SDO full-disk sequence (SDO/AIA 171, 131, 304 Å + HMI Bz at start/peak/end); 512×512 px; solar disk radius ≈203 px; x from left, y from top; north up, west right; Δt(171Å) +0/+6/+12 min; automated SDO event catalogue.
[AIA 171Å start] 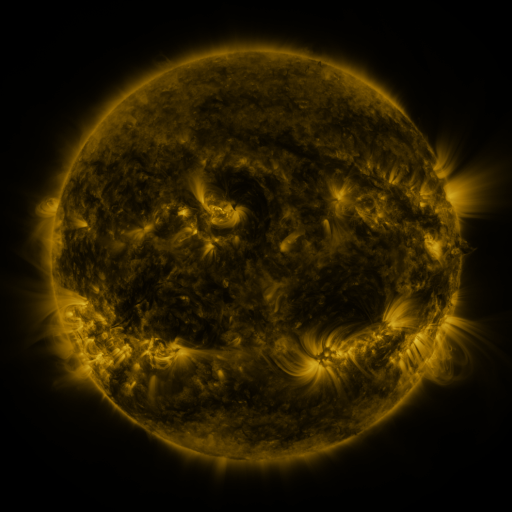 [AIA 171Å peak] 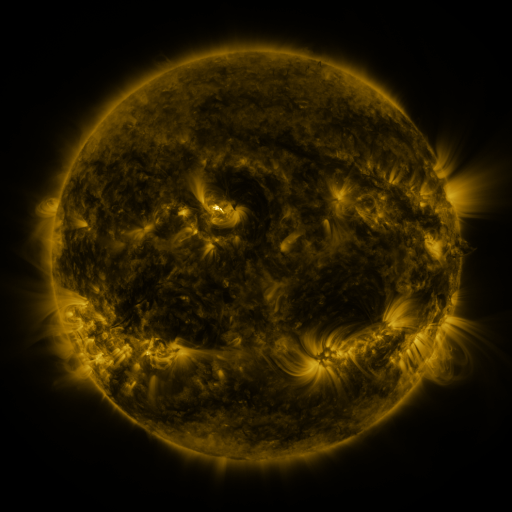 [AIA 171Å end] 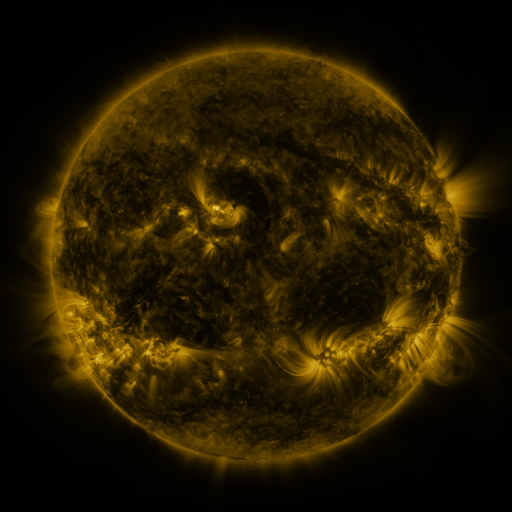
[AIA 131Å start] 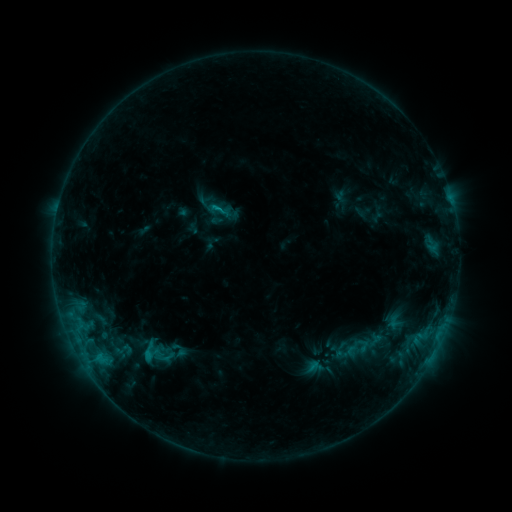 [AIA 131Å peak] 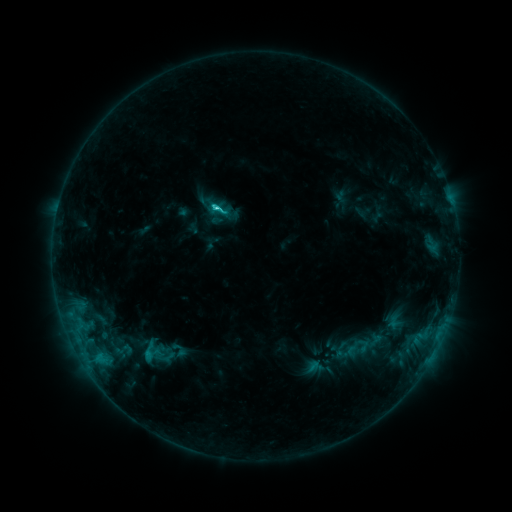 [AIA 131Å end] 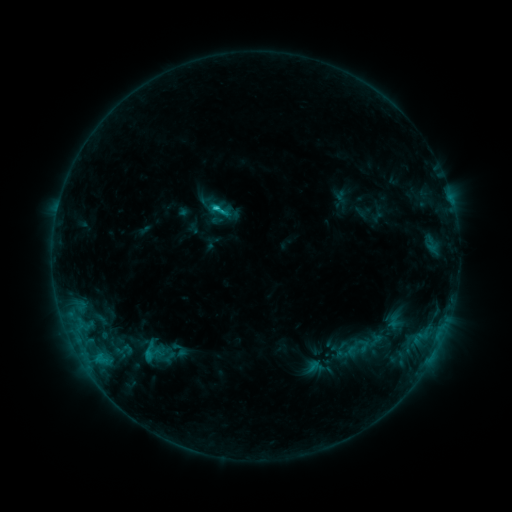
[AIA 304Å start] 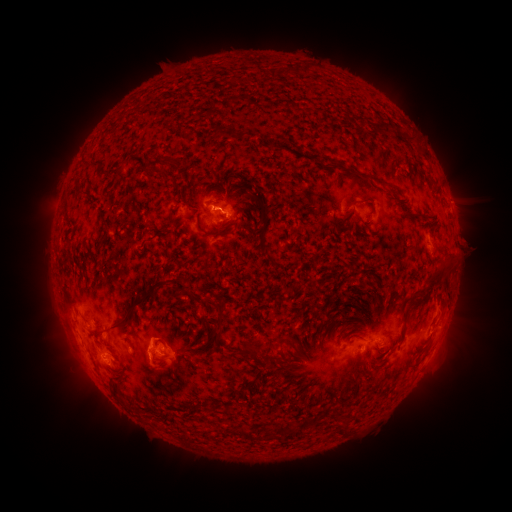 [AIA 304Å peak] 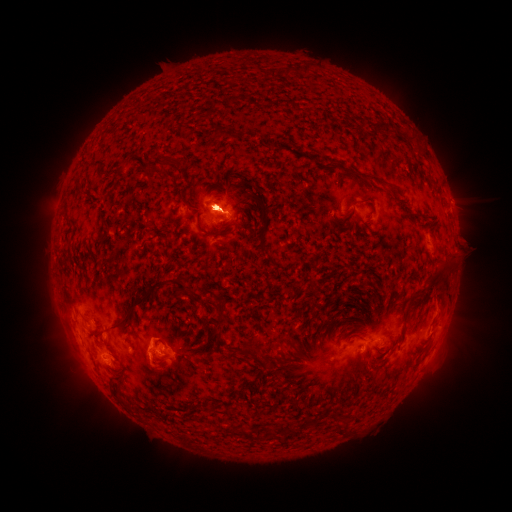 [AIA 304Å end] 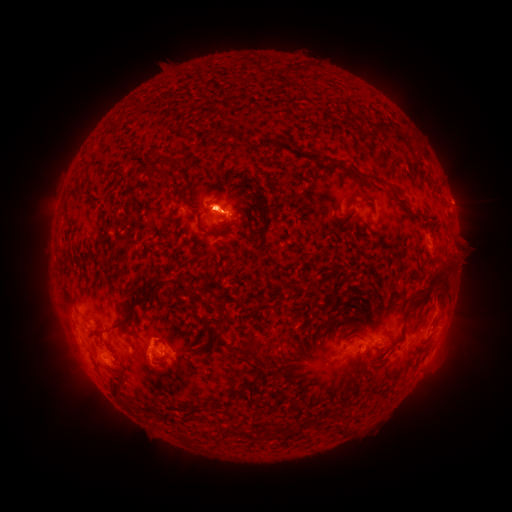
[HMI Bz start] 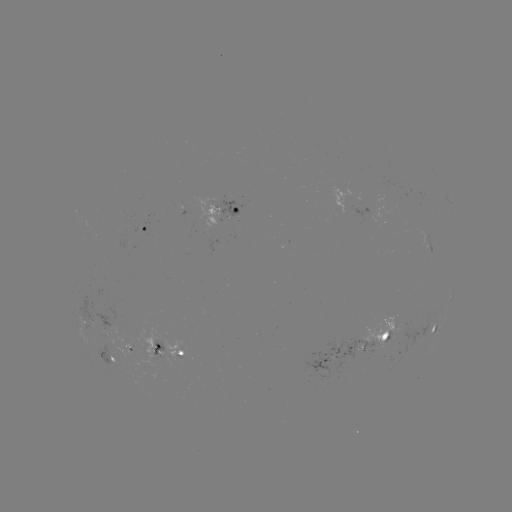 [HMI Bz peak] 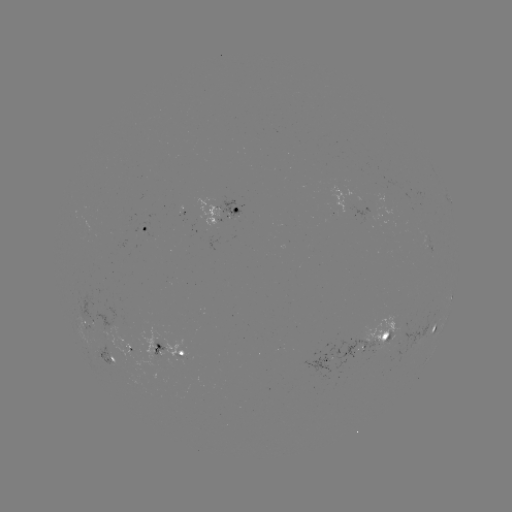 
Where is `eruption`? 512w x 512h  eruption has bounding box [38, 138, 87, 245].